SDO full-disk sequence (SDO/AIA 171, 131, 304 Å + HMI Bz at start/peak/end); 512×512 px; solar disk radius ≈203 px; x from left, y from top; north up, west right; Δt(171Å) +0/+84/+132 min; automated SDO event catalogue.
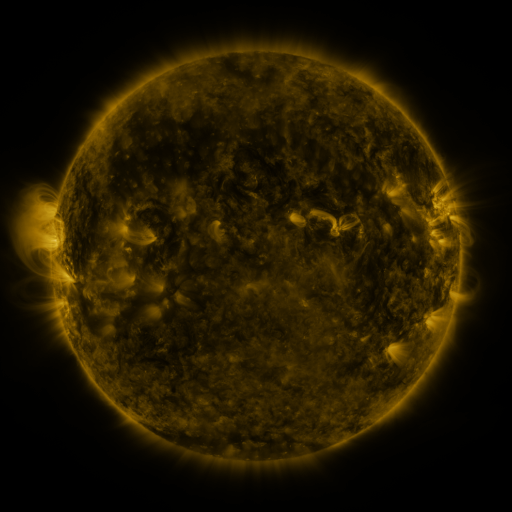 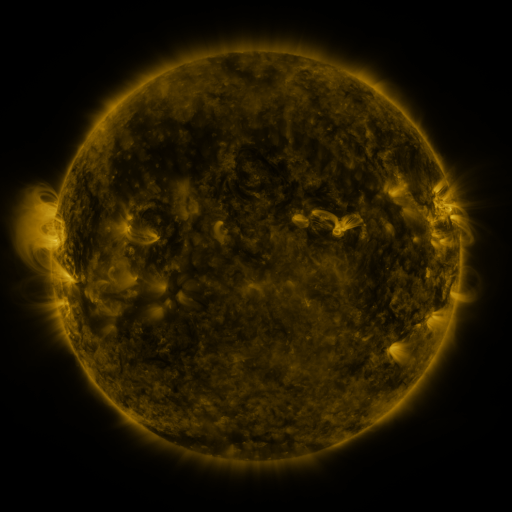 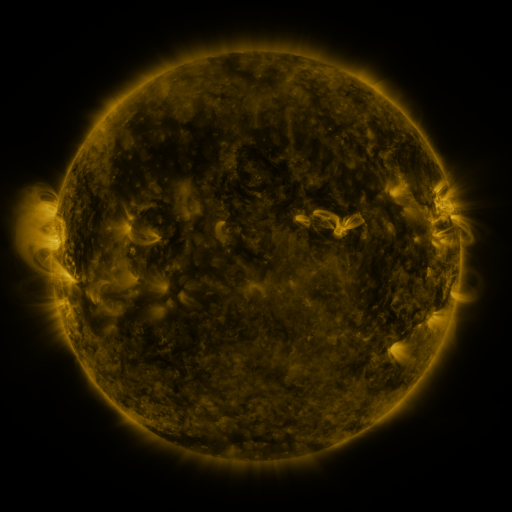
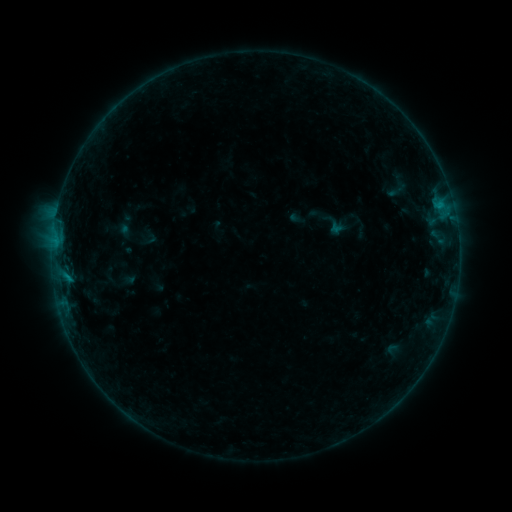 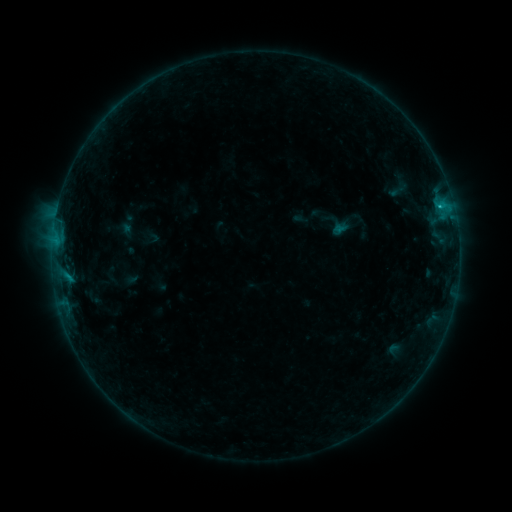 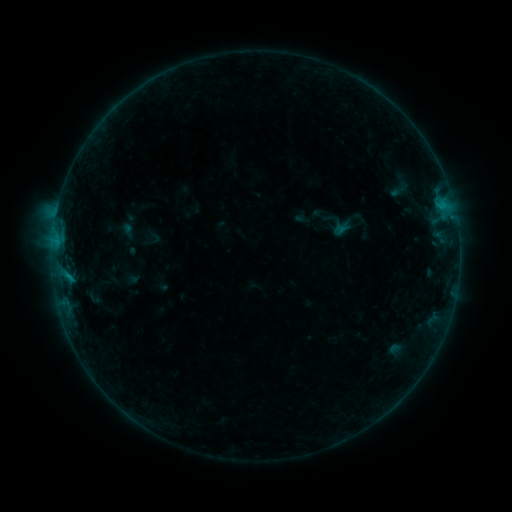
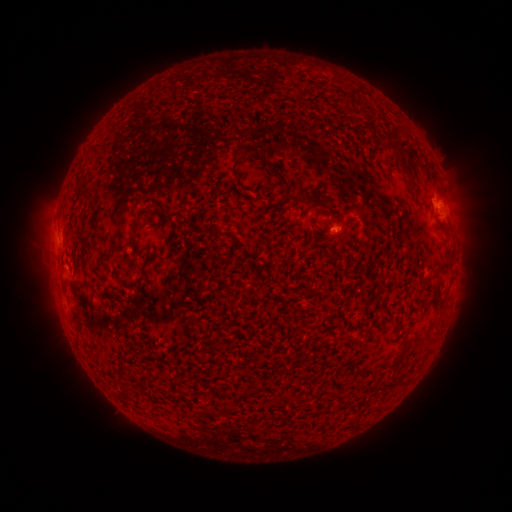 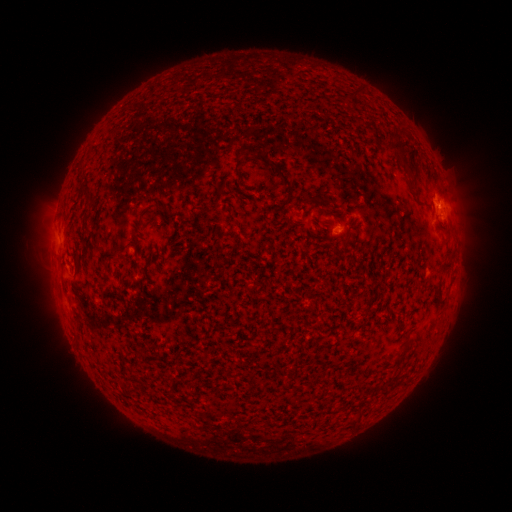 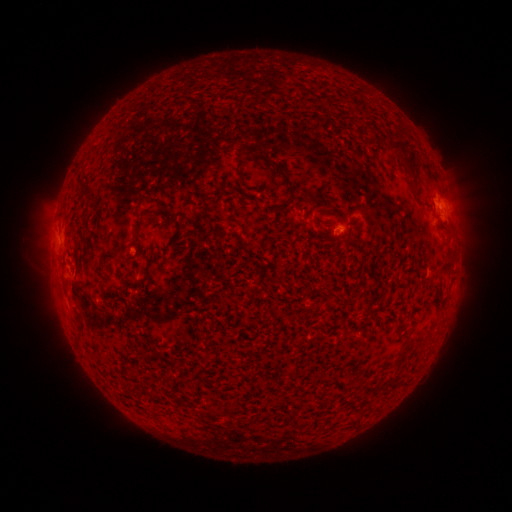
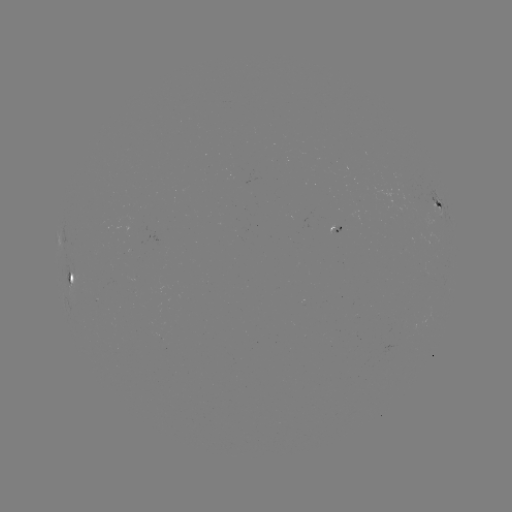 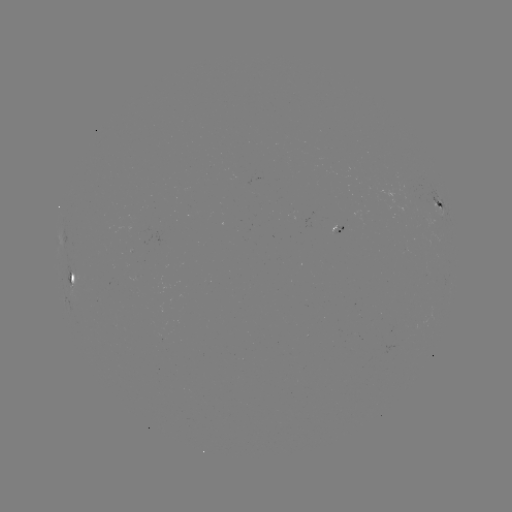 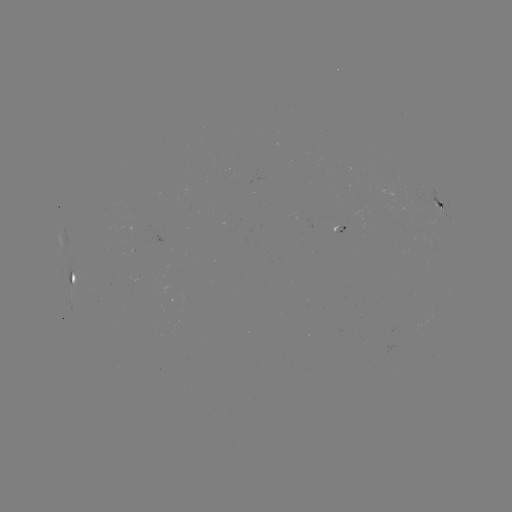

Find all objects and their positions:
B5.3 flare: (439, 207)
